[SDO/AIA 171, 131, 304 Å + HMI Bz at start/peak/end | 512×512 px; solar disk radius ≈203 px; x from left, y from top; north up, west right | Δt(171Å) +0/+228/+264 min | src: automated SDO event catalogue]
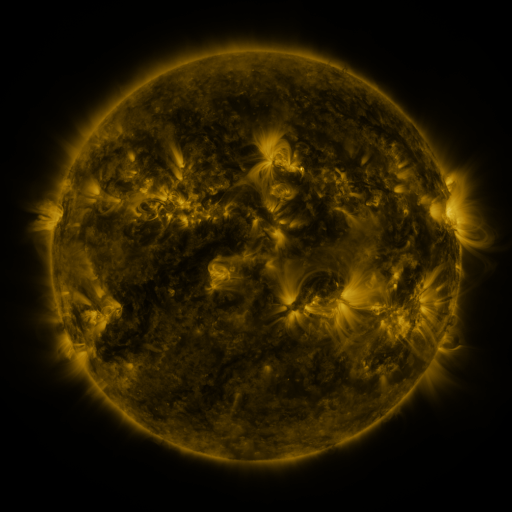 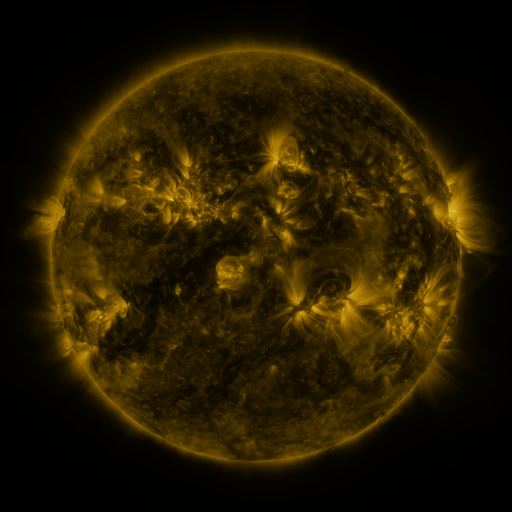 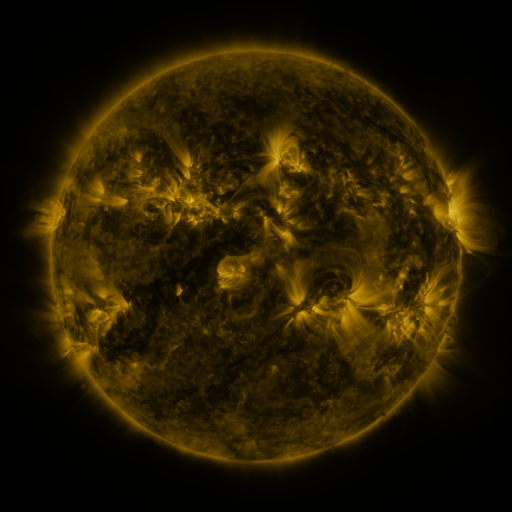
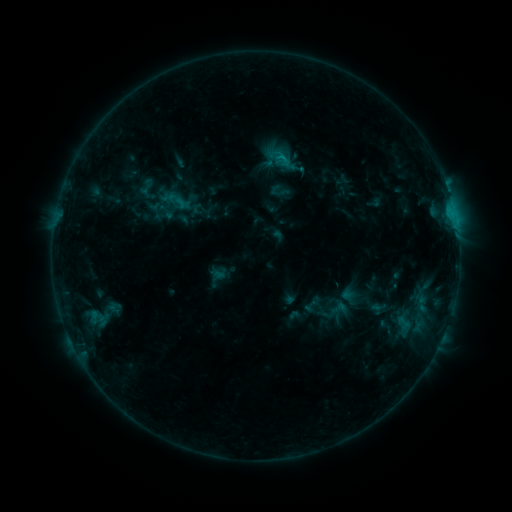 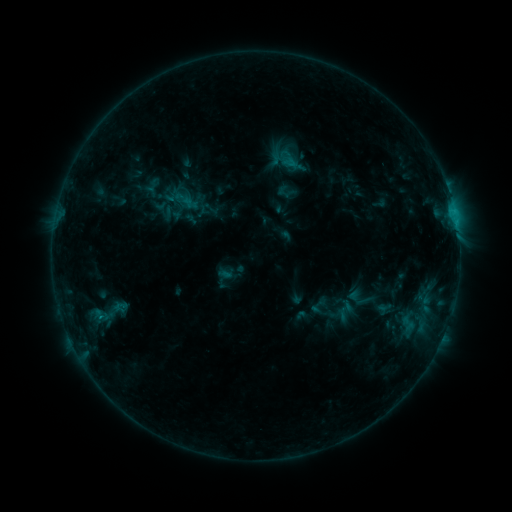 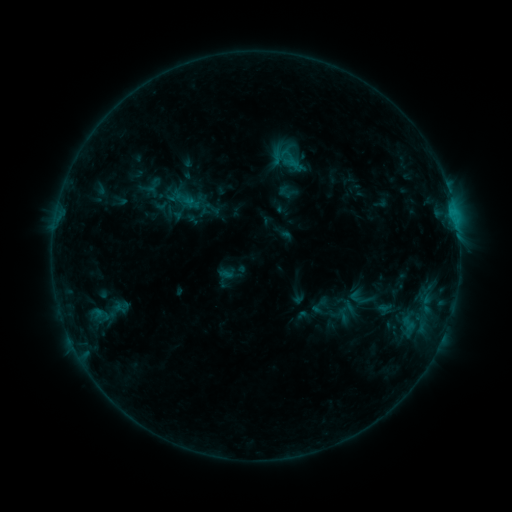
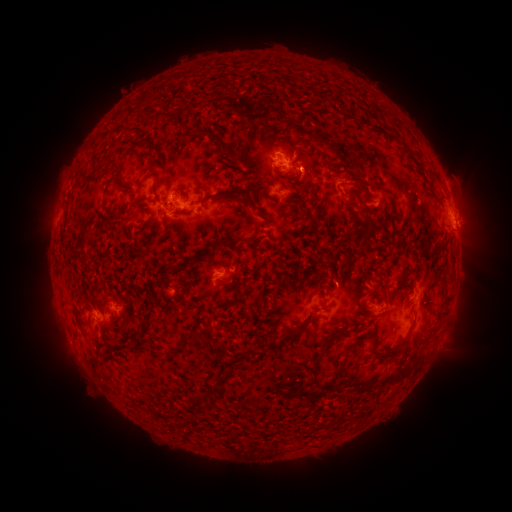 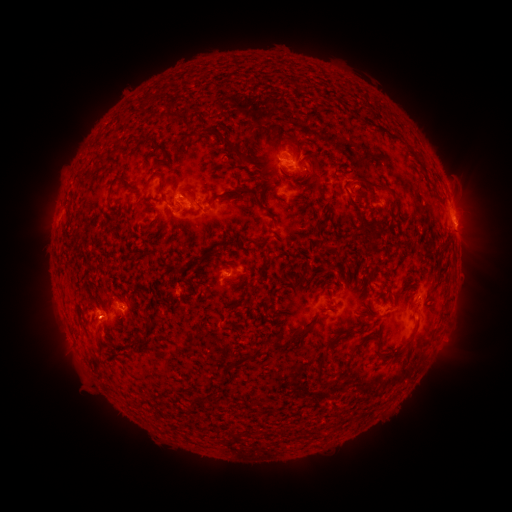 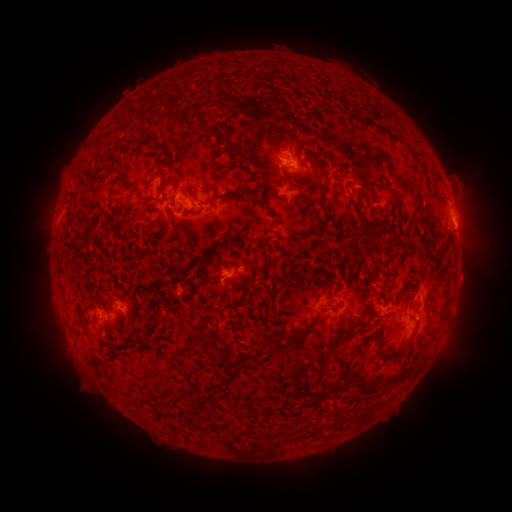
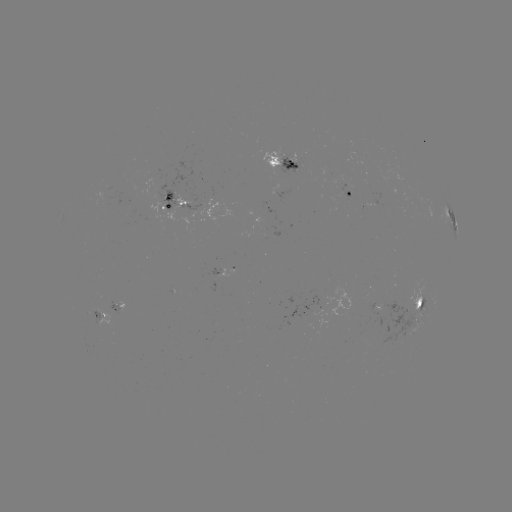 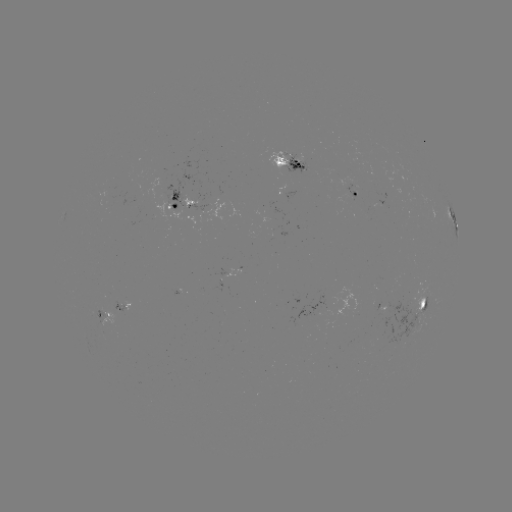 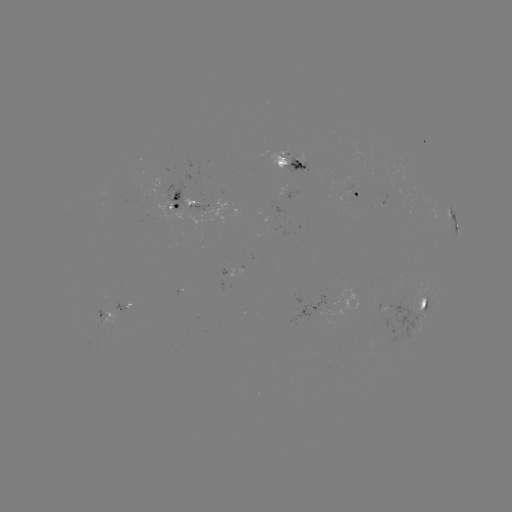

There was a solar emerging-flux region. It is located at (282, 157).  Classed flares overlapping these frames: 1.